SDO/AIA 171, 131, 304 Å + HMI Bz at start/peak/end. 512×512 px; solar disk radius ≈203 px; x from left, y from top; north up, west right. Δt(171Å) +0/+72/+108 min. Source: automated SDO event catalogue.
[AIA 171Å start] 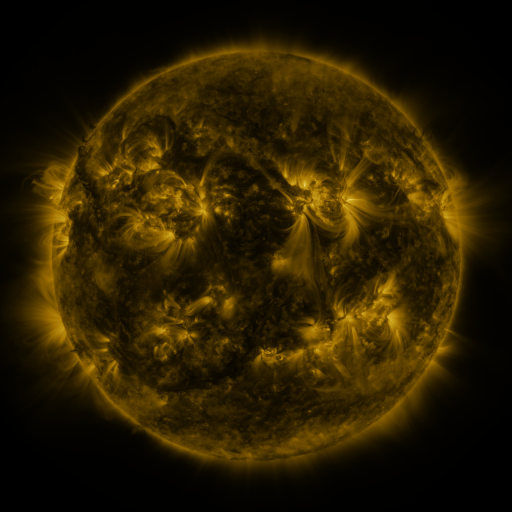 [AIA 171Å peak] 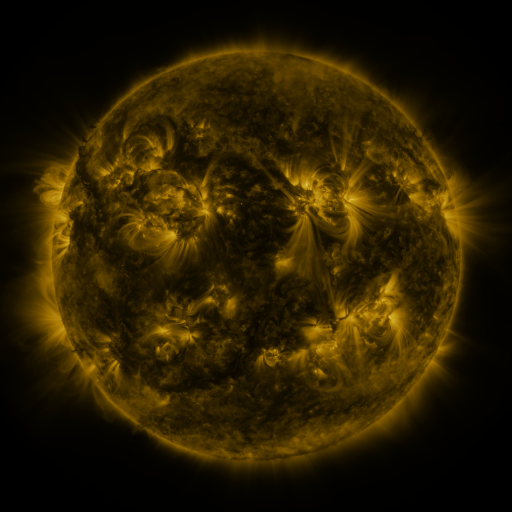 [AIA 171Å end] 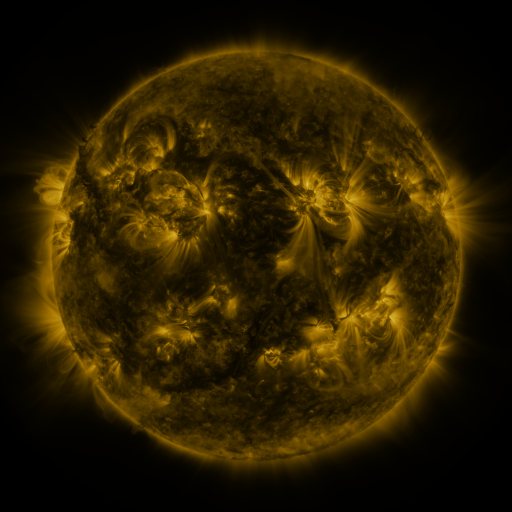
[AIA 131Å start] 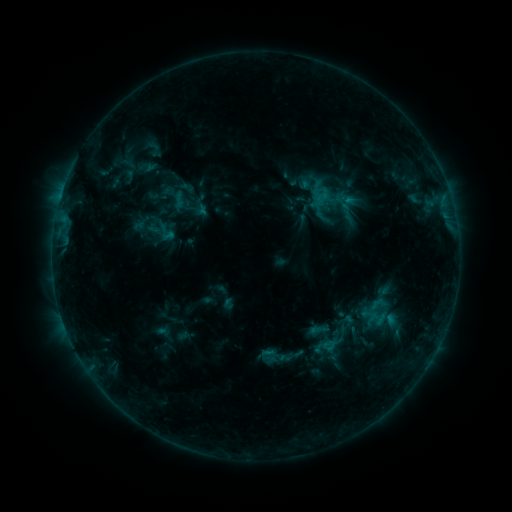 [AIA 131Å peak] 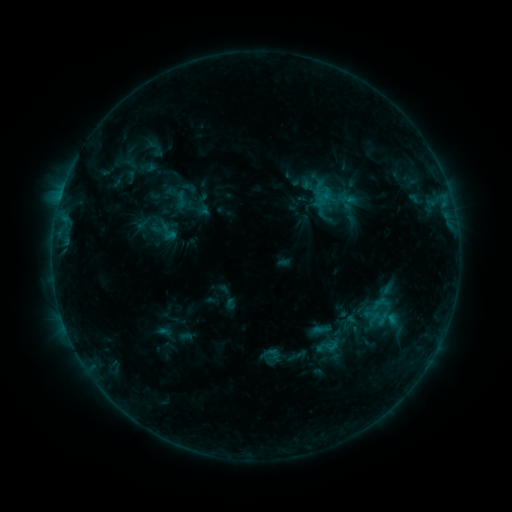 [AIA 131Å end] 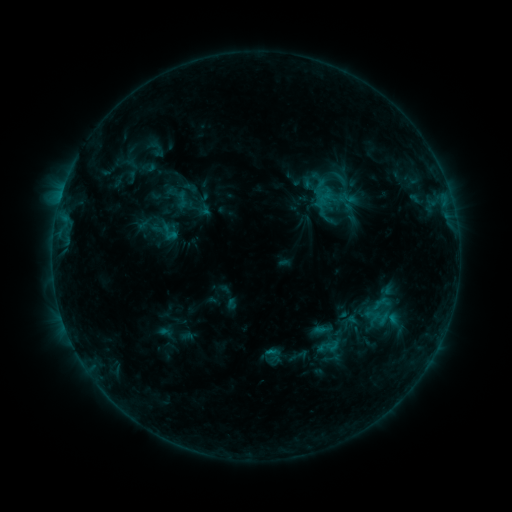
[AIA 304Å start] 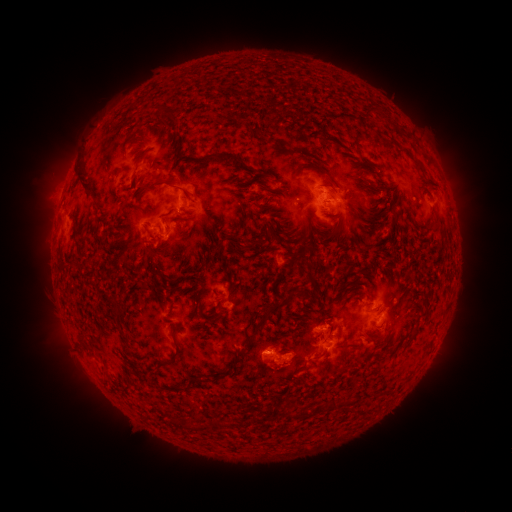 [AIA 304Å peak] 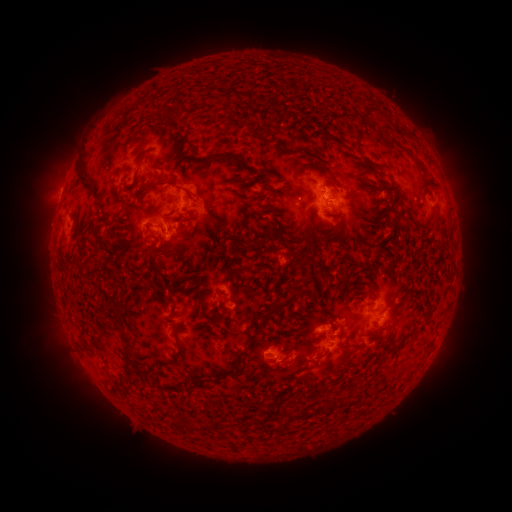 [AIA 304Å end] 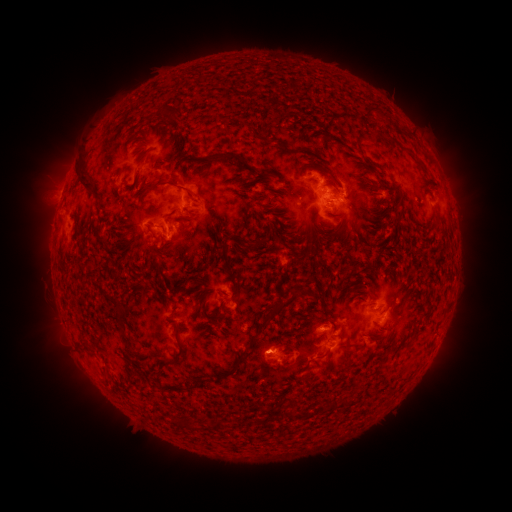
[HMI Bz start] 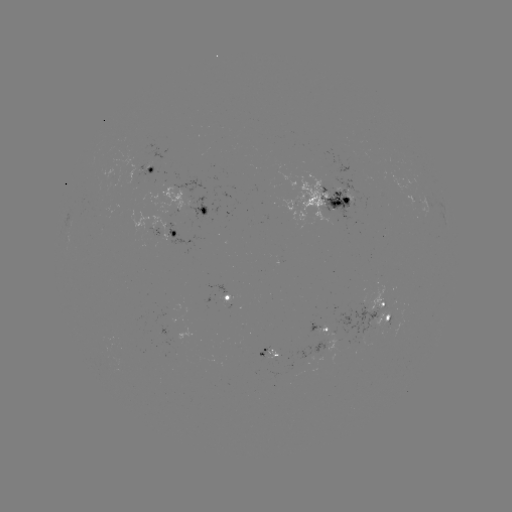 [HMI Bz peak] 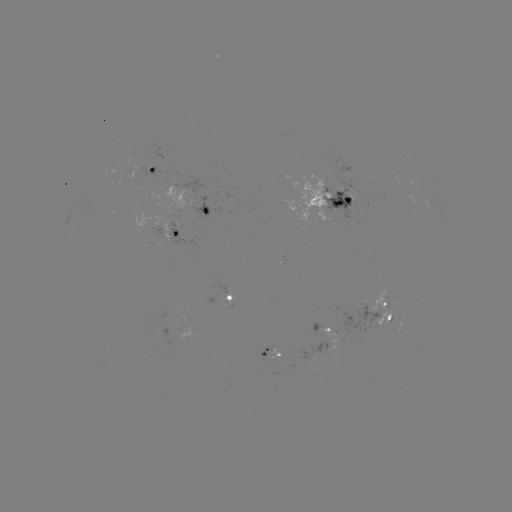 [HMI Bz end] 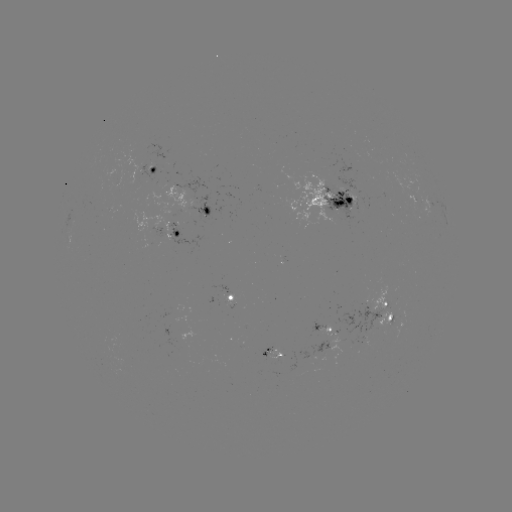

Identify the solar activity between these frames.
emerging-flux region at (116, 181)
